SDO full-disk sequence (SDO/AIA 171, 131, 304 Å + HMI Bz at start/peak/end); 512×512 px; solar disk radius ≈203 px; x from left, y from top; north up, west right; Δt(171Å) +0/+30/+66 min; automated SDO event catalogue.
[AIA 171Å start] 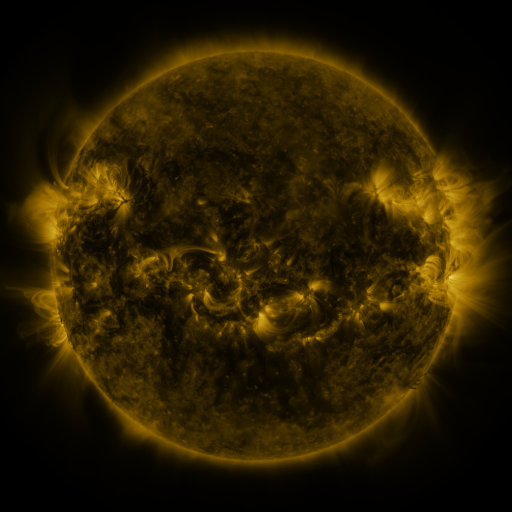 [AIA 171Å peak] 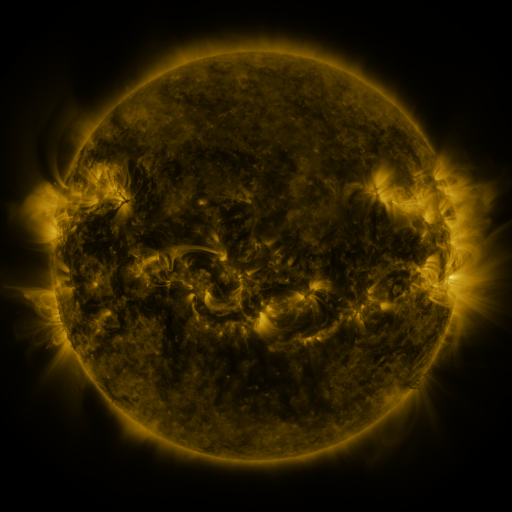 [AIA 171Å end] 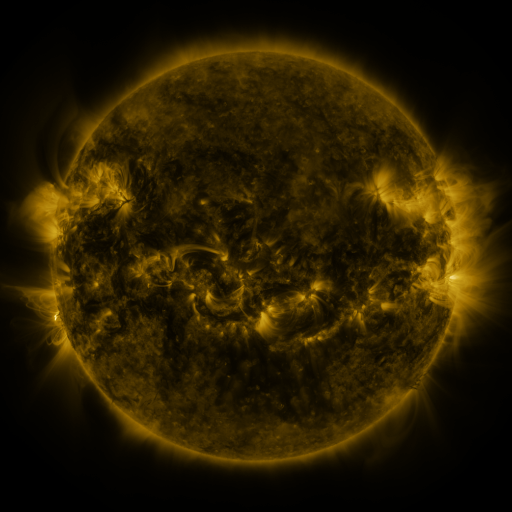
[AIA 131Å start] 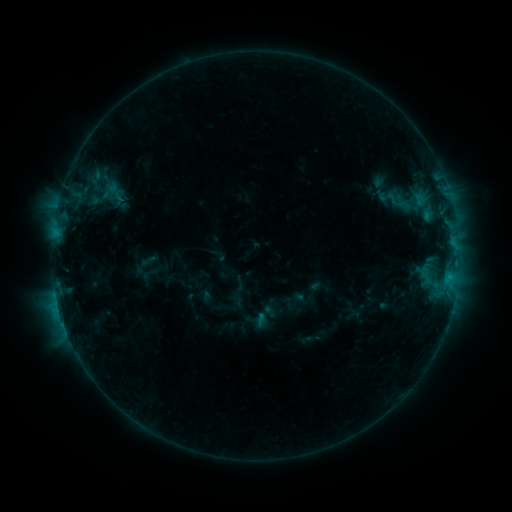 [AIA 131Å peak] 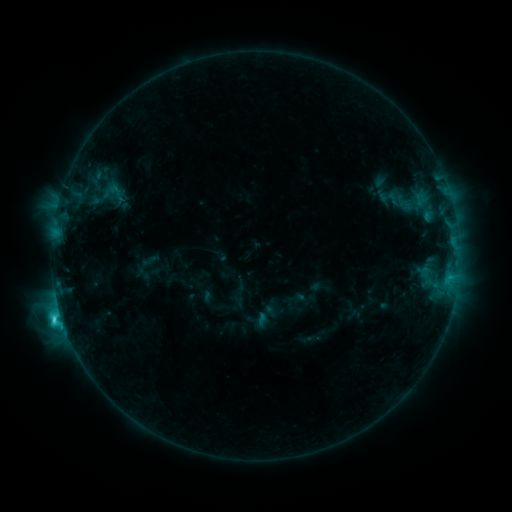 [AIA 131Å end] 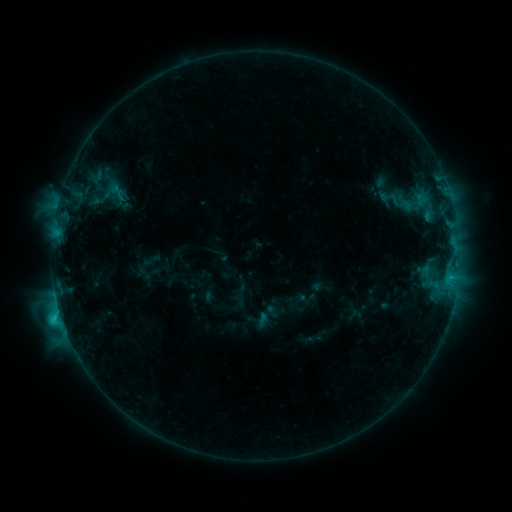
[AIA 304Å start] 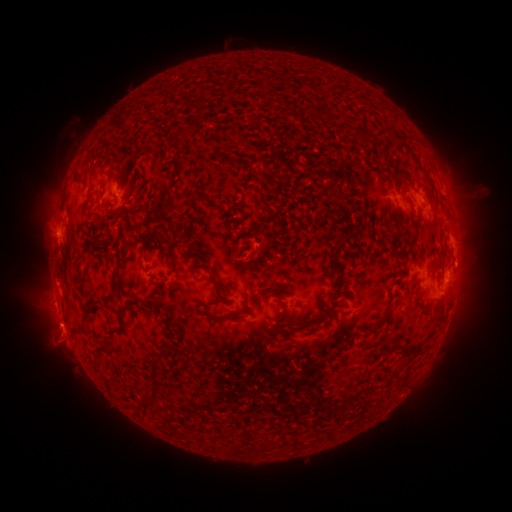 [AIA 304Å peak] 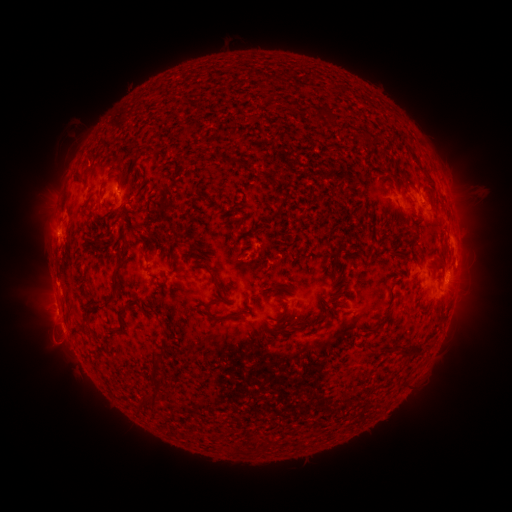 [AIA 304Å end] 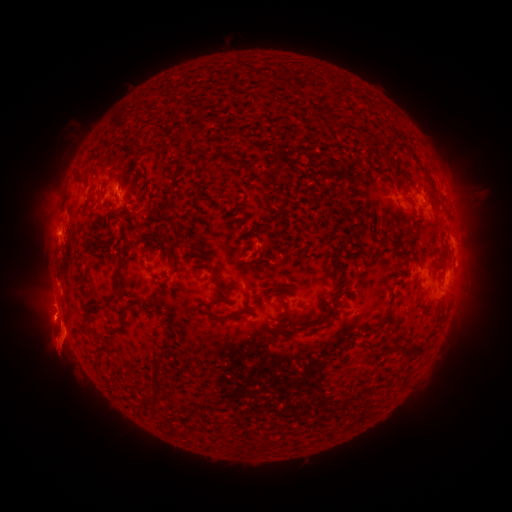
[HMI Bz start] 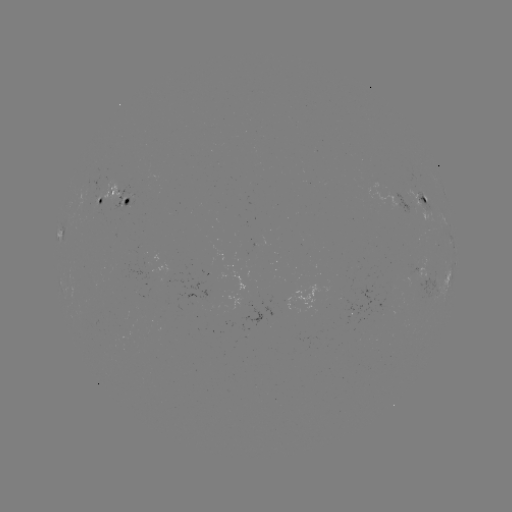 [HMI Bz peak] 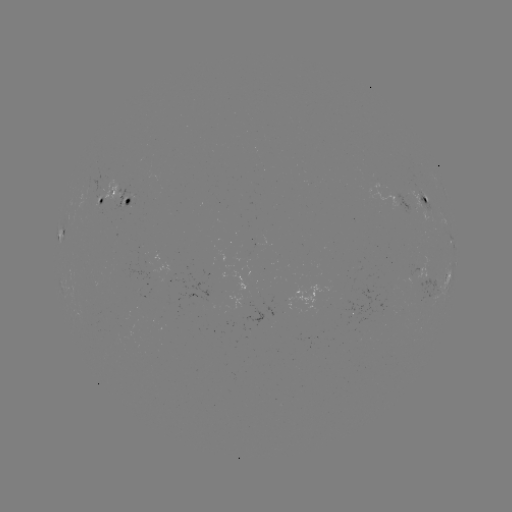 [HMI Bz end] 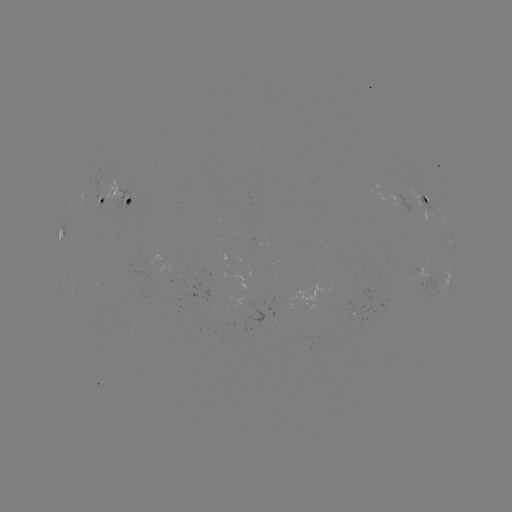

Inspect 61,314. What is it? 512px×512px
C3.6 flare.